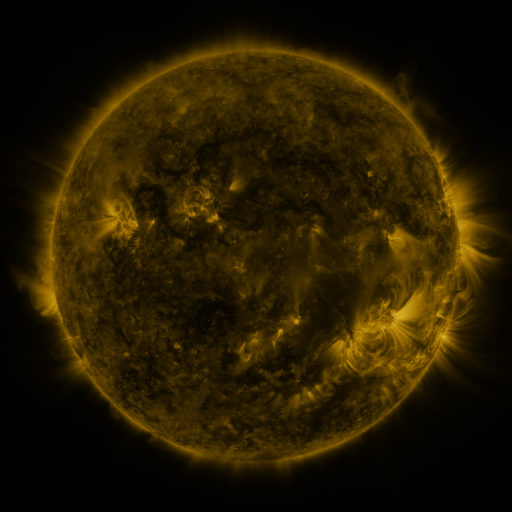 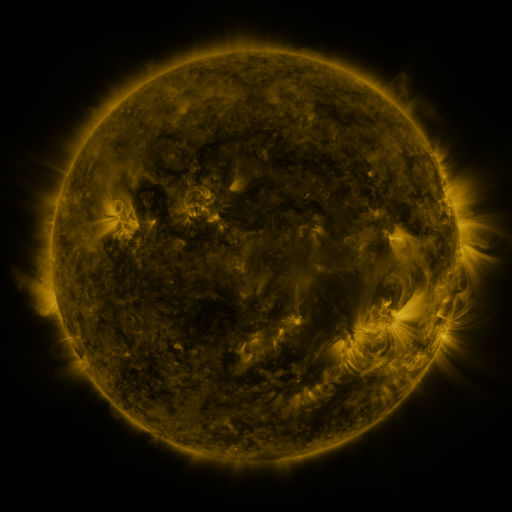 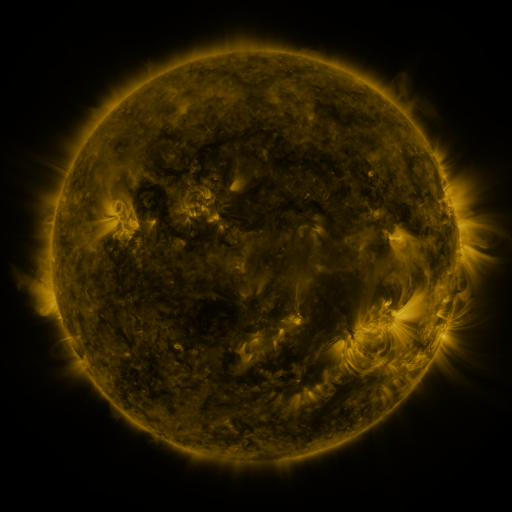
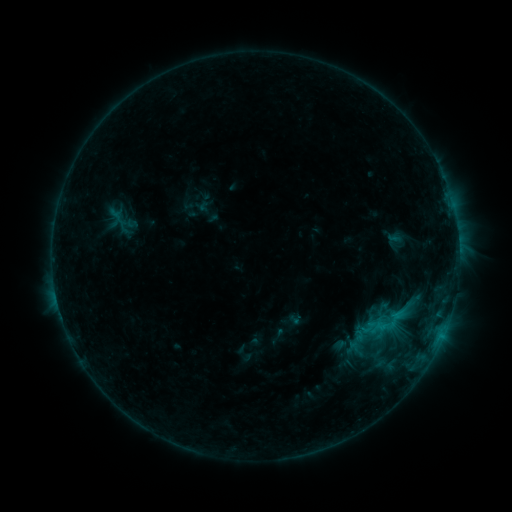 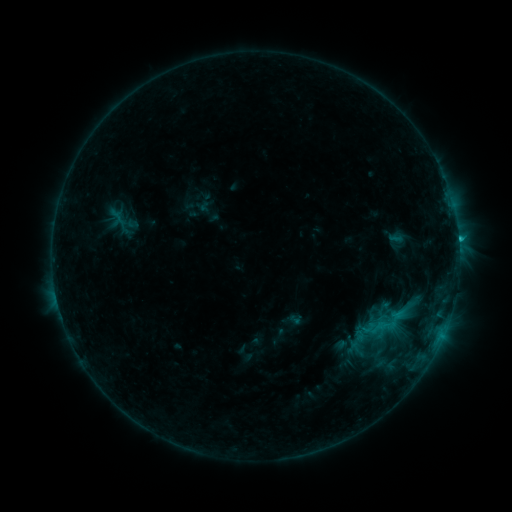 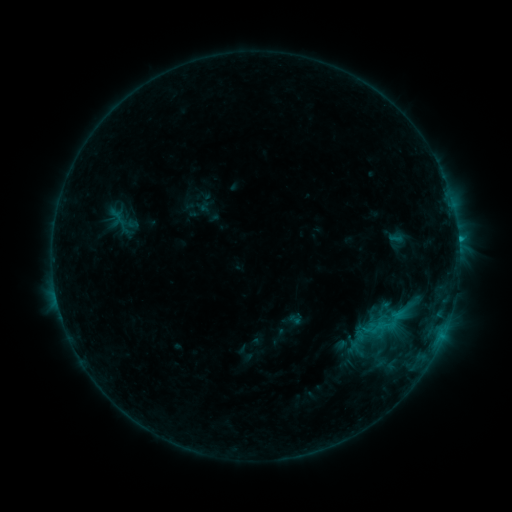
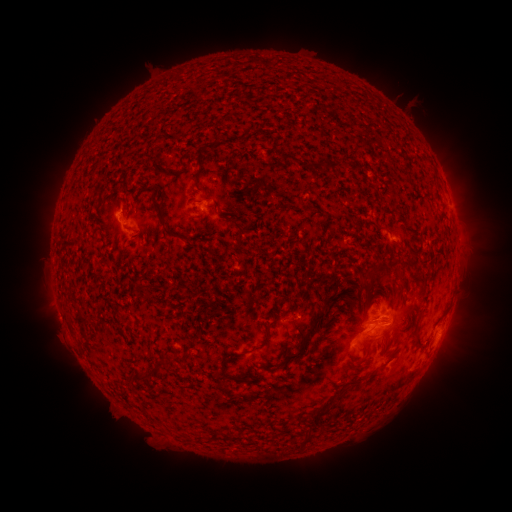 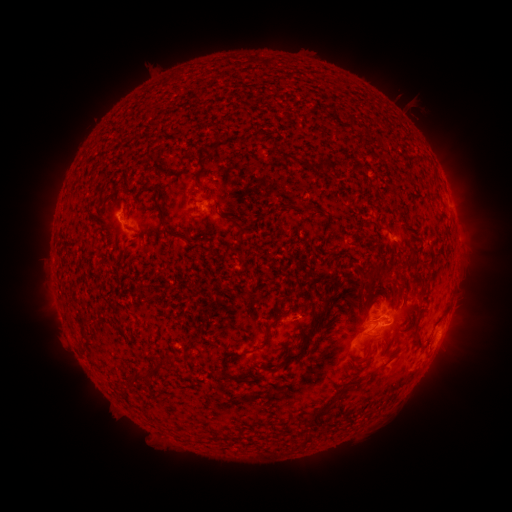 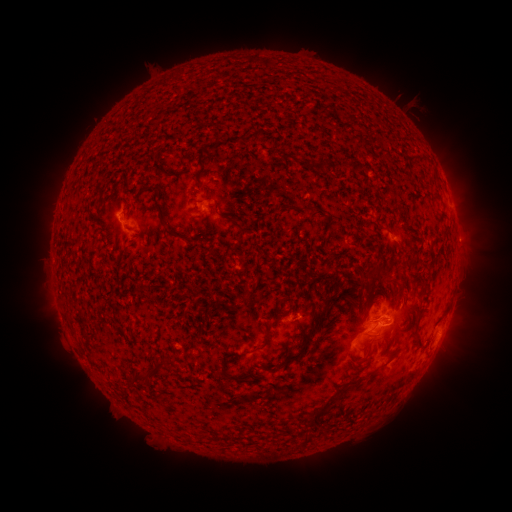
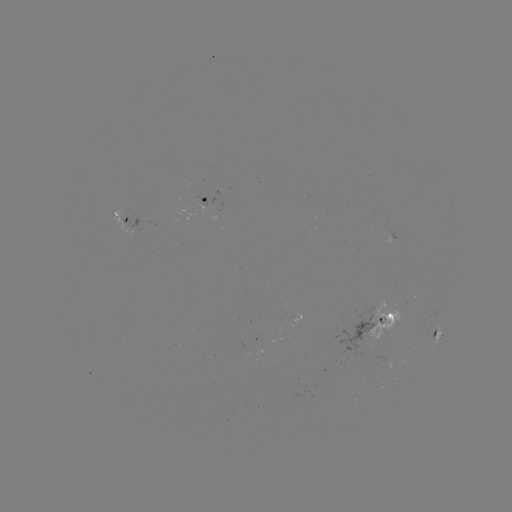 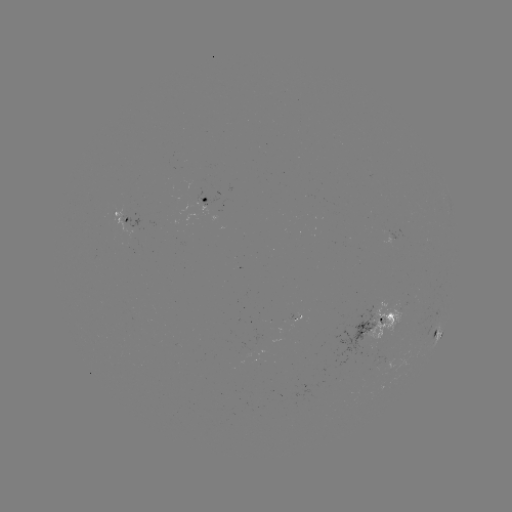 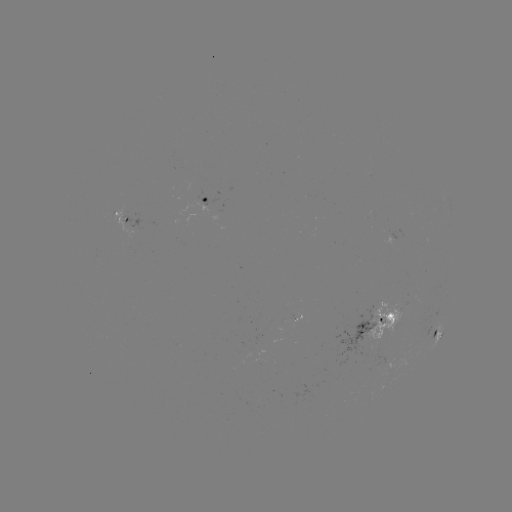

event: flare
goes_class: C1.2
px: (458, 242)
